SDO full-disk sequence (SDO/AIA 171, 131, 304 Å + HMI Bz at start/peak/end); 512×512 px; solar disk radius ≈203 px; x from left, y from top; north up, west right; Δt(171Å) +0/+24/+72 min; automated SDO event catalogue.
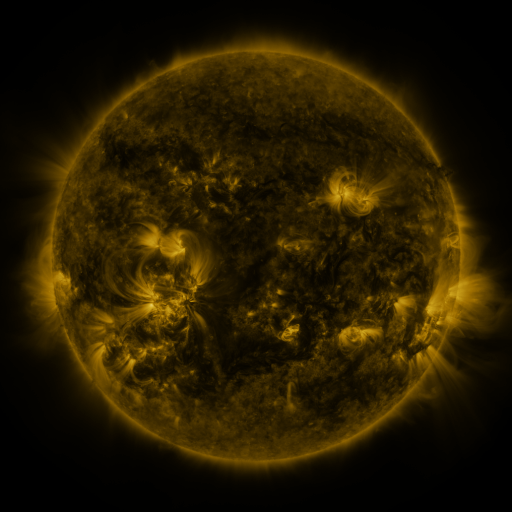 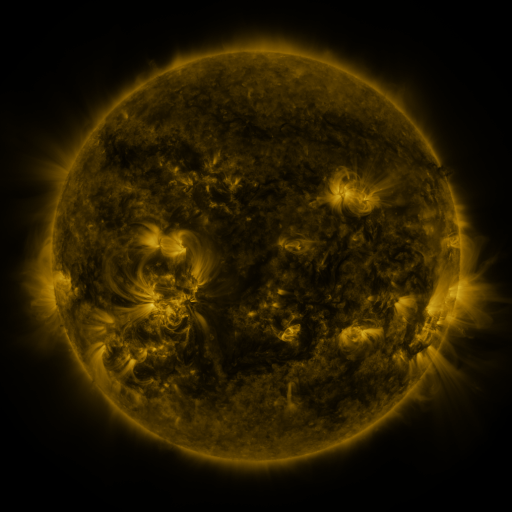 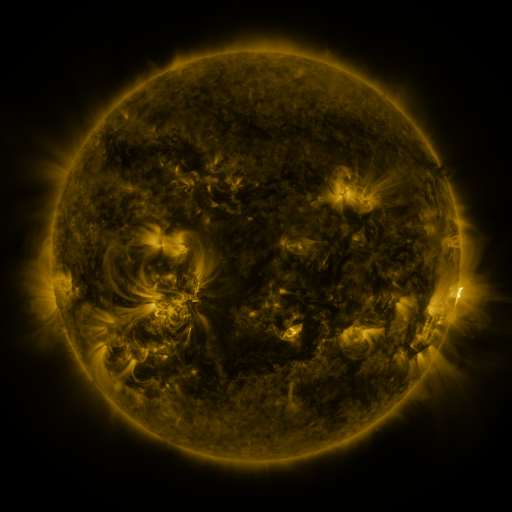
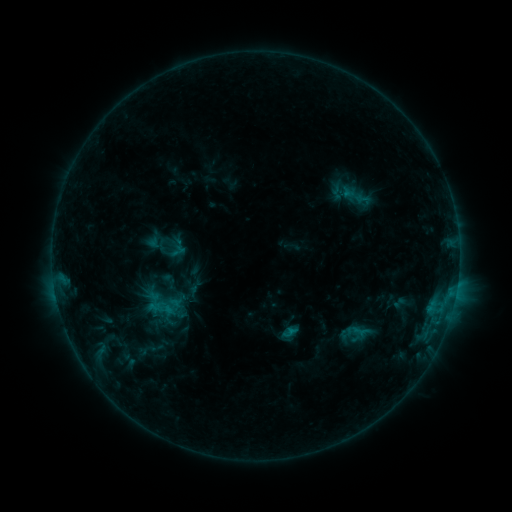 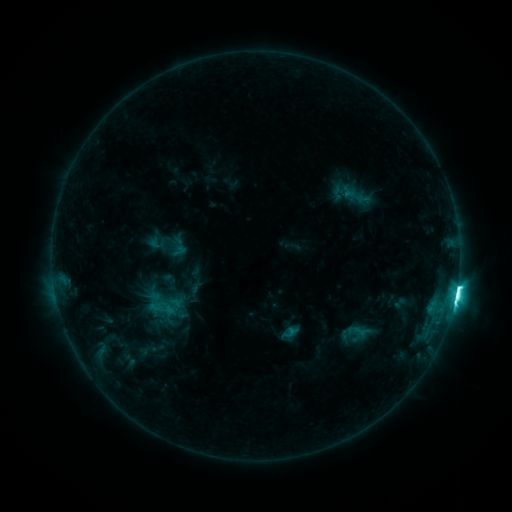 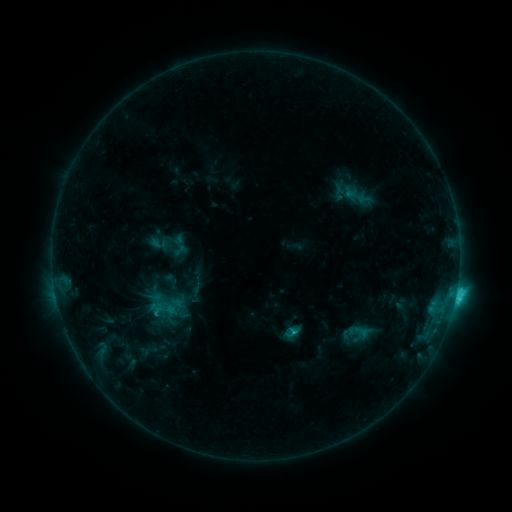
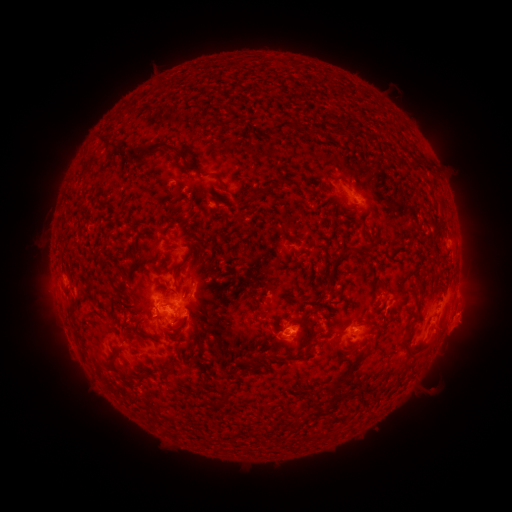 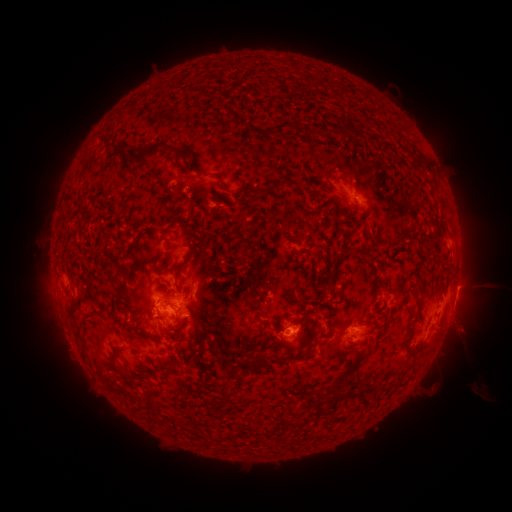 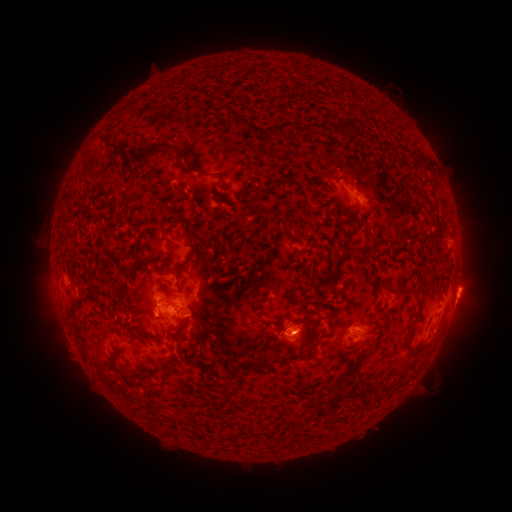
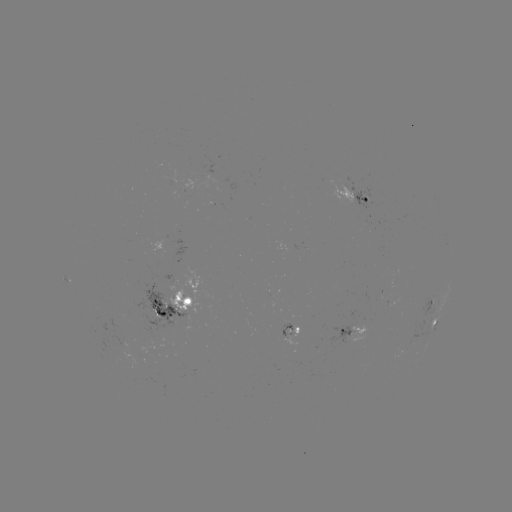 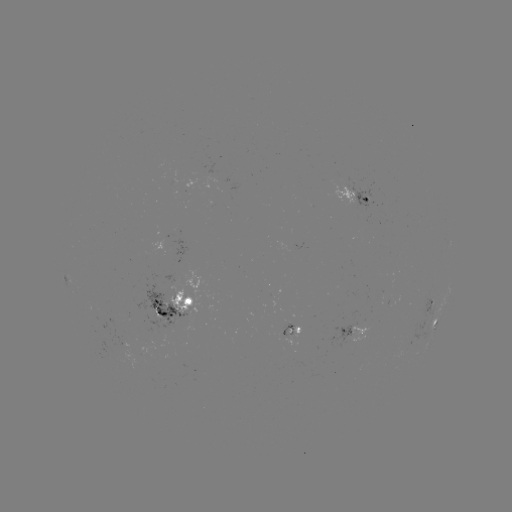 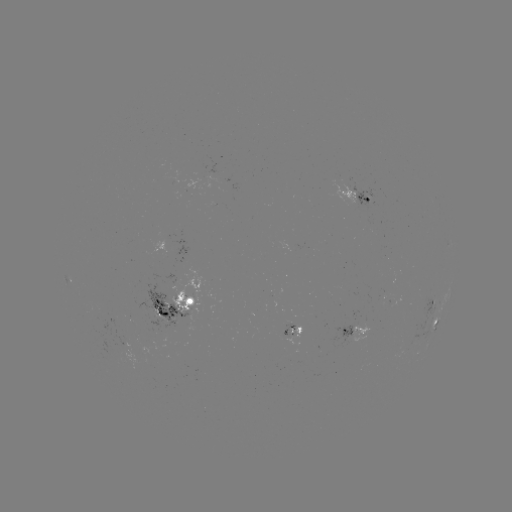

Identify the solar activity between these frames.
M1.9 flare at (455, 295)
